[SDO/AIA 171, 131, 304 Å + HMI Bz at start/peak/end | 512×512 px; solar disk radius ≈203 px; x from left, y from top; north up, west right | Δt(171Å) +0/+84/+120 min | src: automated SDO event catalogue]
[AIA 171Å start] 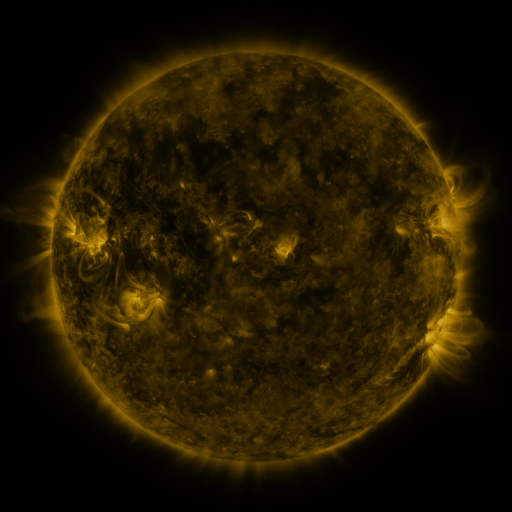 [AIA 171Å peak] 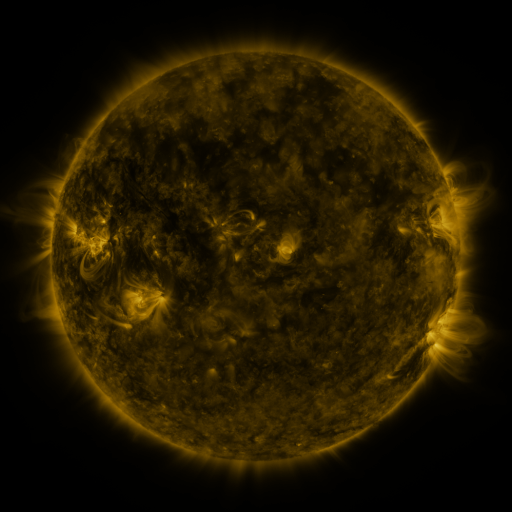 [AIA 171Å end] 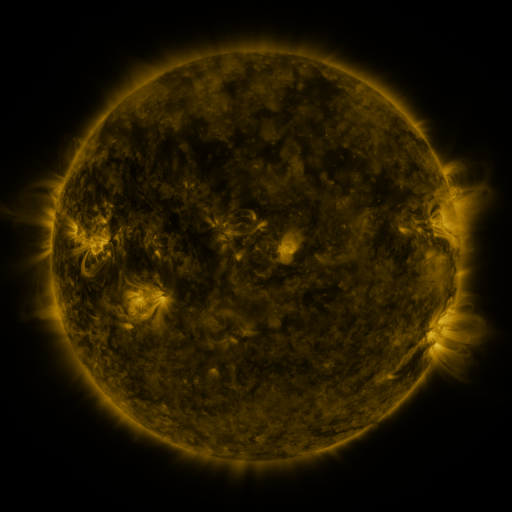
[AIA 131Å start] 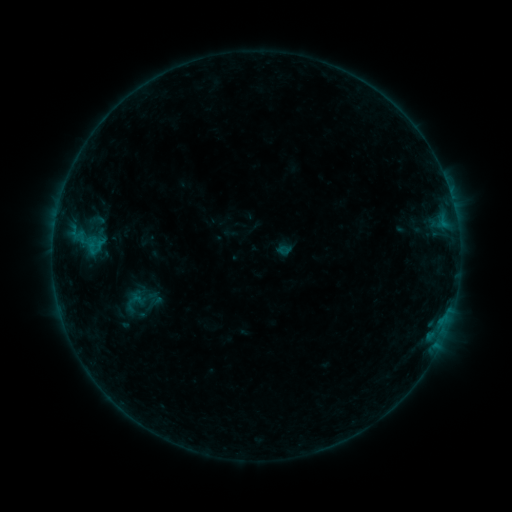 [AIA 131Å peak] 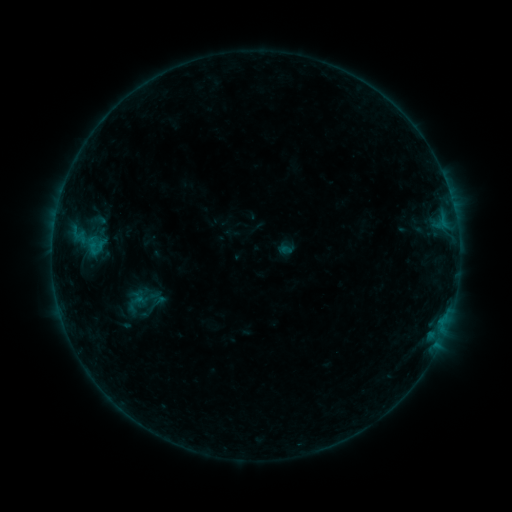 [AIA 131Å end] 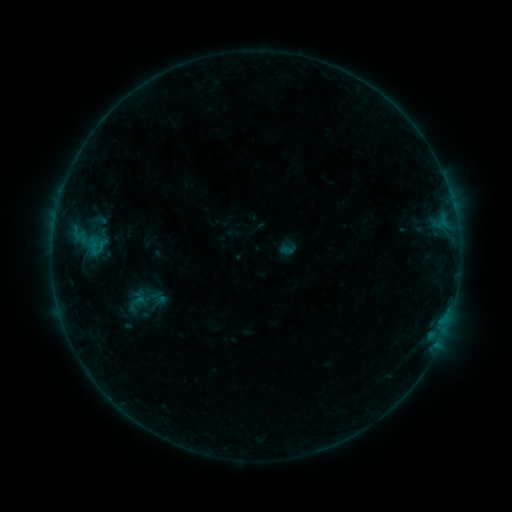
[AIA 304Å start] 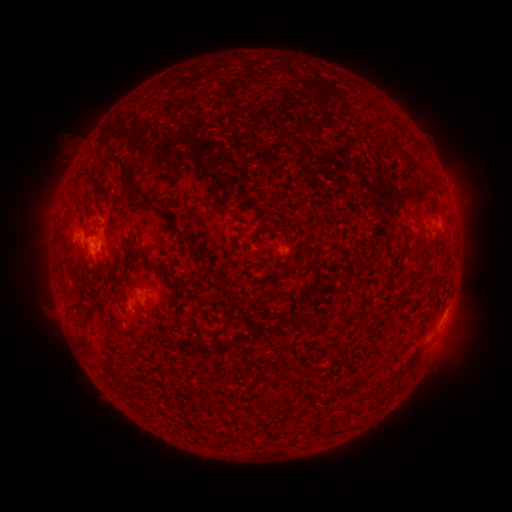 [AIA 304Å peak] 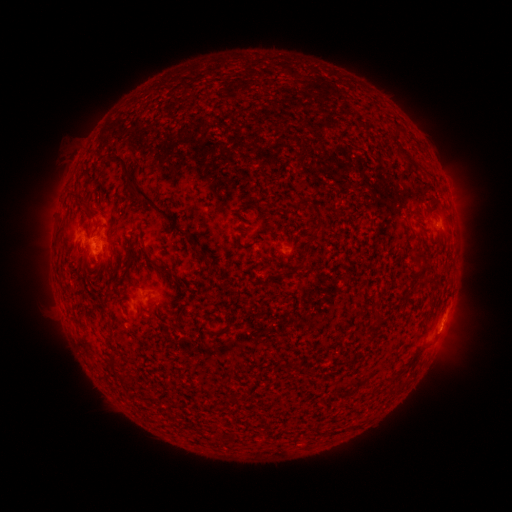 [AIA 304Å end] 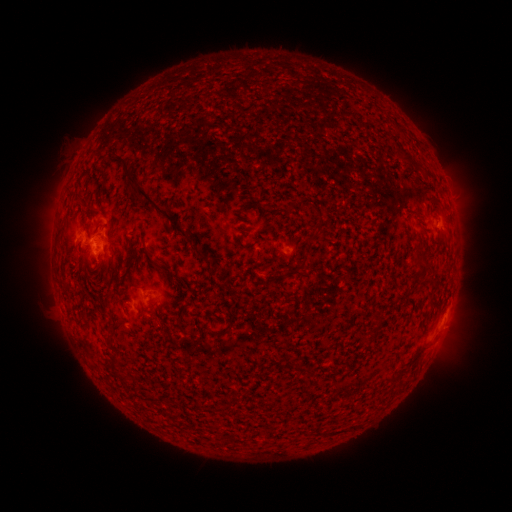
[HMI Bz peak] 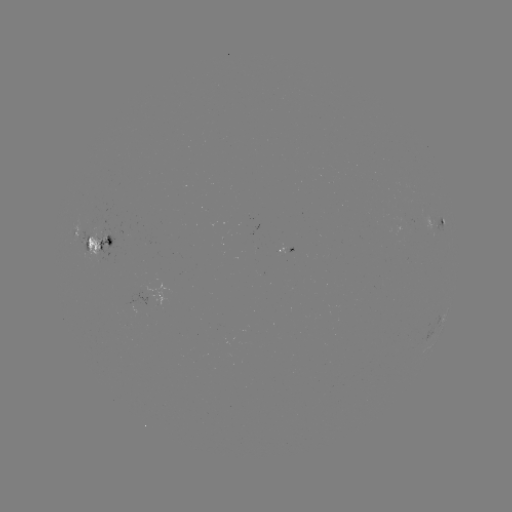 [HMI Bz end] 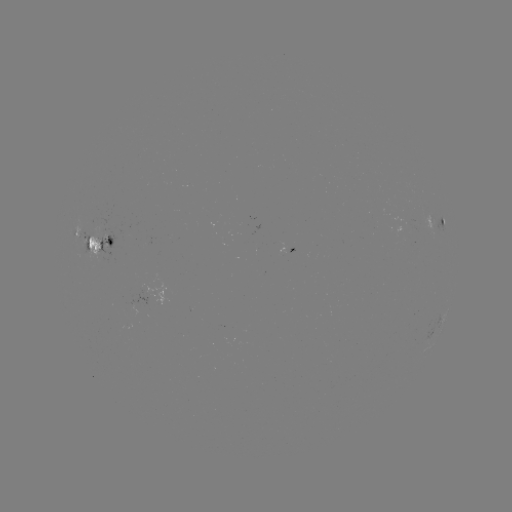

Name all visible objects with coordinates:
emerging-flux region: (134, 308)
